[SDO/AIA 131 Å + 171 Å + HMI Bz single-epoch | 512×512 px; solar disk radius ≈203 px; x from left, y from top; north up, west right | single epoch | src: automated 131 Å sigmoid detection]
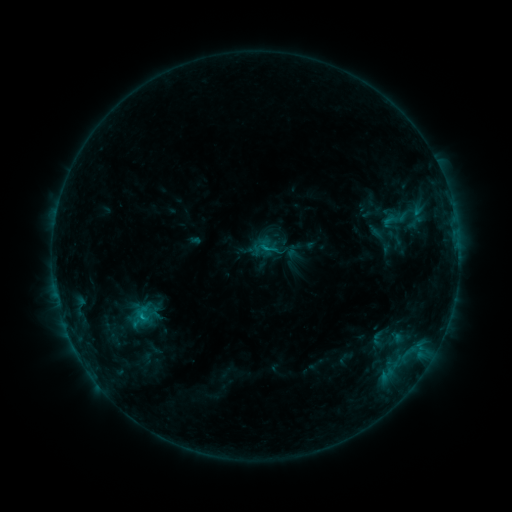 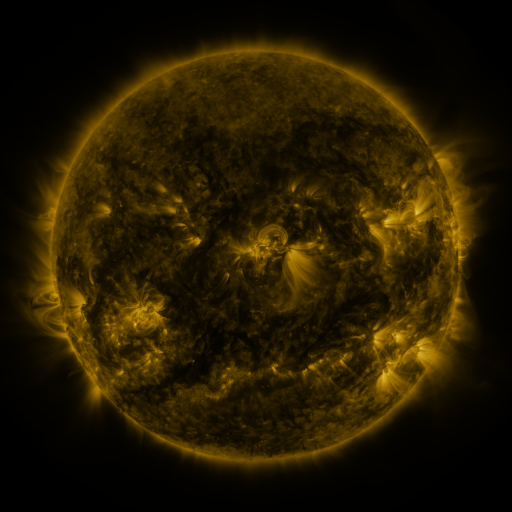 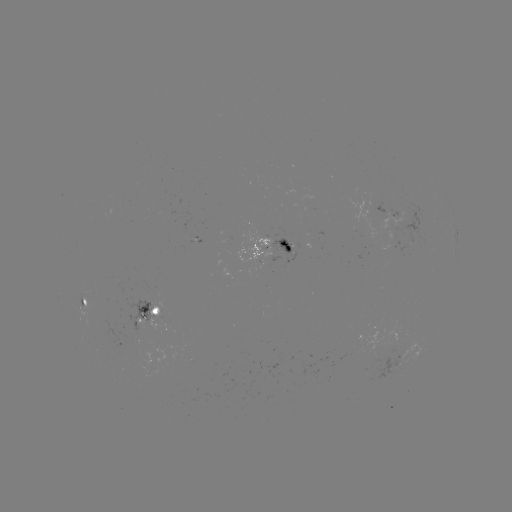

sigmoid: <bbox>131, 304, 154, 324</bbox>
